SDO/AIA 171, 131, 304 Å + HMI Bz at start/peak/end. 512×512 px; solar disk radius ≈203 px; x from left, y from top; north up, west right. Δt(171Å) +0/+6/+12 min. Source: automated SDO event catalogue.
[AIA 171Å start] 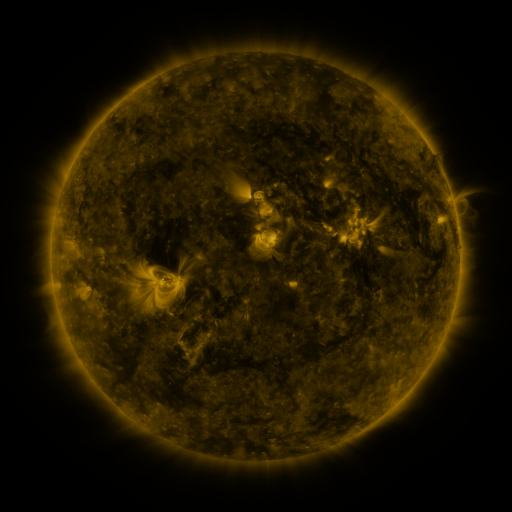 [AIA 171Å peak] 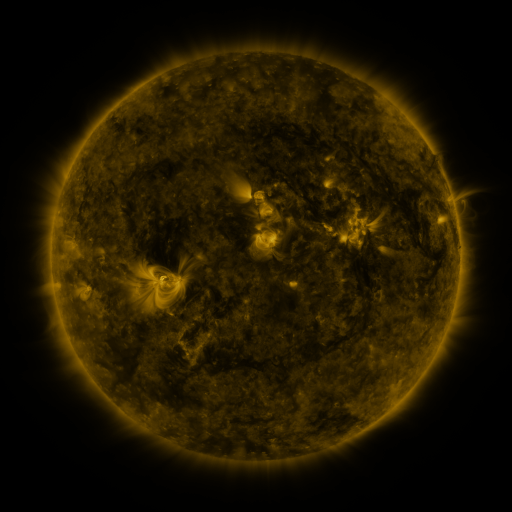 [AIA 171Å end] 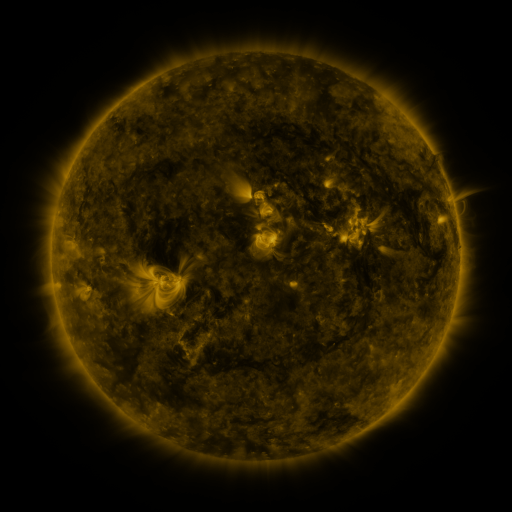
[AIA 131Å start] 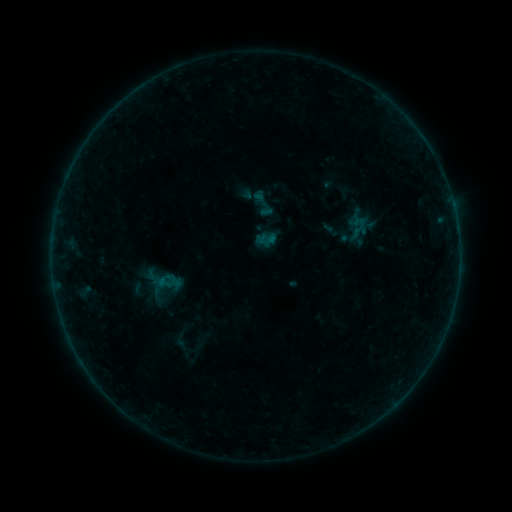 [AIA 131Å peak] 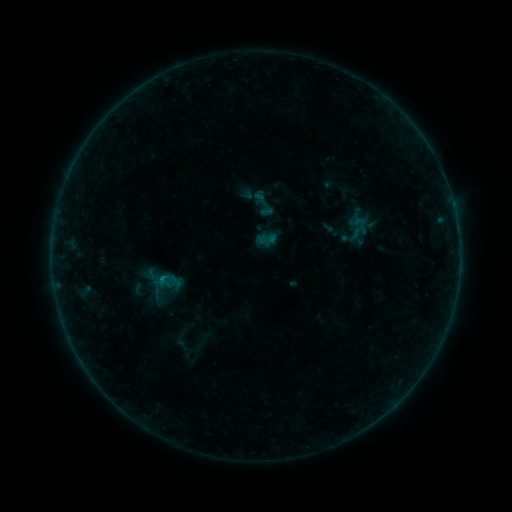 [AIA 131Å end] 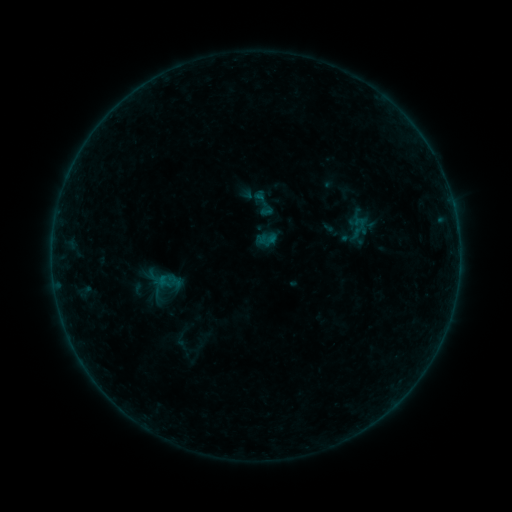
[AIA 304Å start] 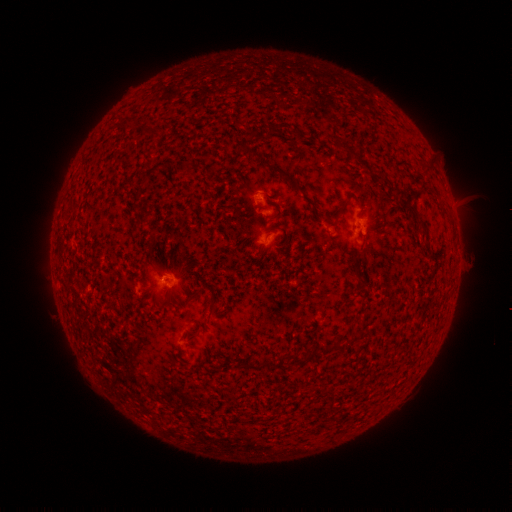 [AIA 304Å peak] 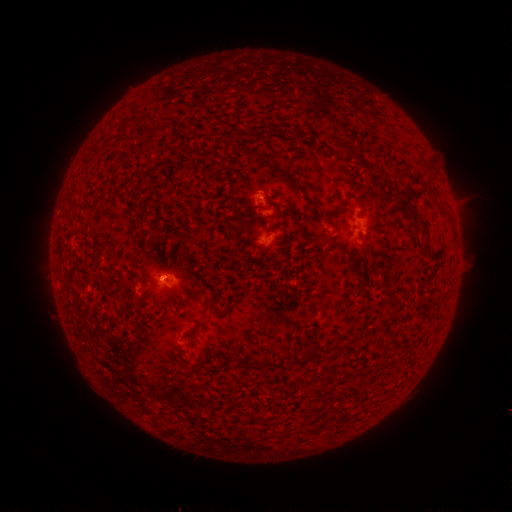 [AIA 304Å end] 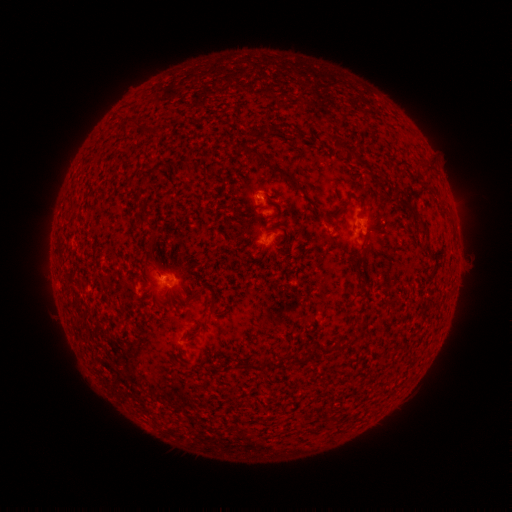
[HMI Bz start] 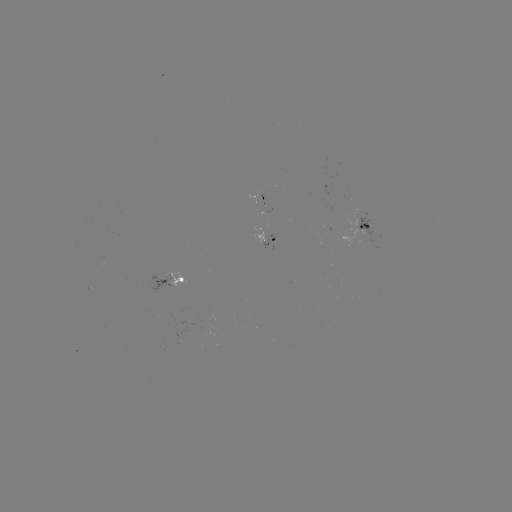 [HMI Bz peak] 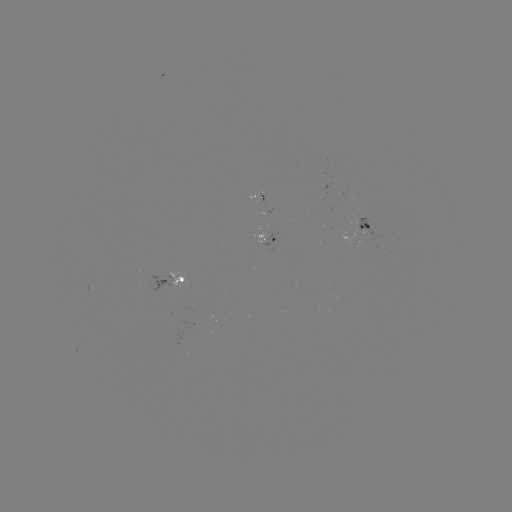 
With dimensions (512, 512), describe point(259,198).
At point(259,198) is B2.7 flare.